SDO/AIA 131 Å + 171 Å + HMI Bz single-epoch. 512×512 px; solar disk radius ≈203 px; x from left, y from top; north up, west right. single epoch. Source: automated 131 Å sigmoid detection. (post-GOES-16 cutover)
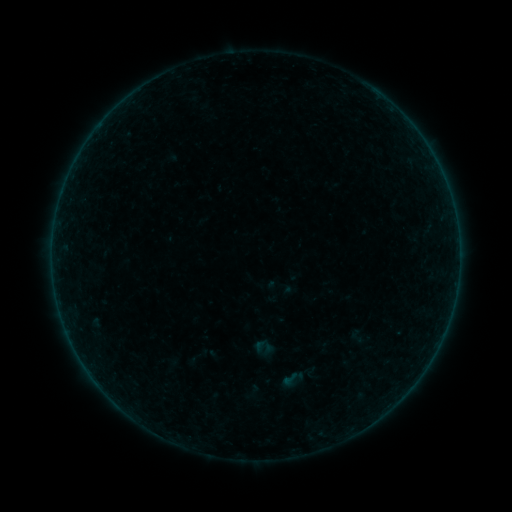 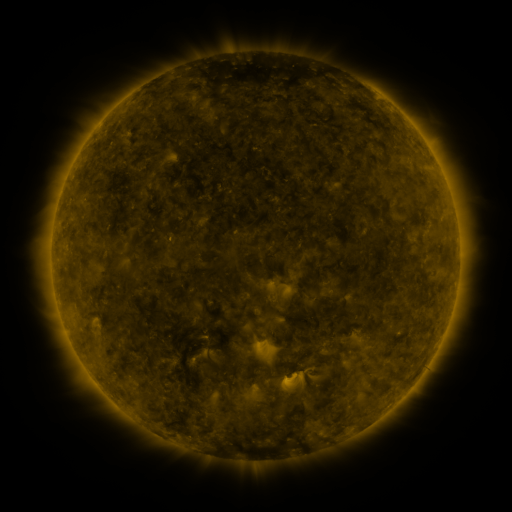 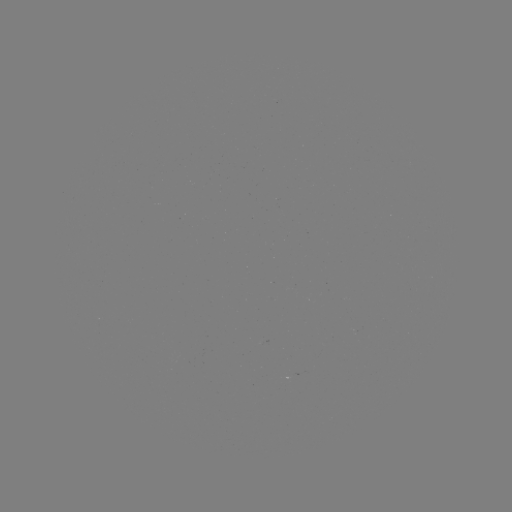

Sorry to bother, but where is sigmoid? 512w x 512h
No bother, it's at [290, 379].